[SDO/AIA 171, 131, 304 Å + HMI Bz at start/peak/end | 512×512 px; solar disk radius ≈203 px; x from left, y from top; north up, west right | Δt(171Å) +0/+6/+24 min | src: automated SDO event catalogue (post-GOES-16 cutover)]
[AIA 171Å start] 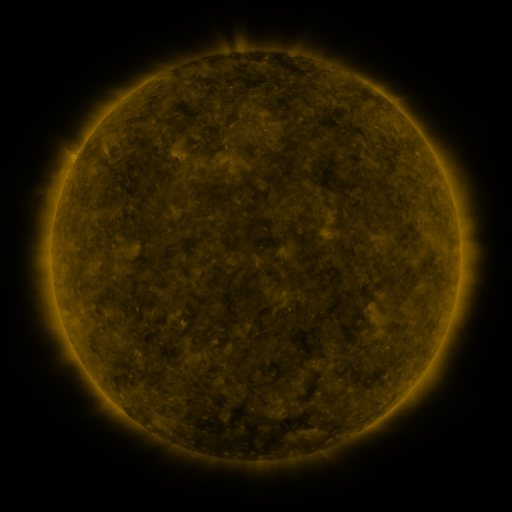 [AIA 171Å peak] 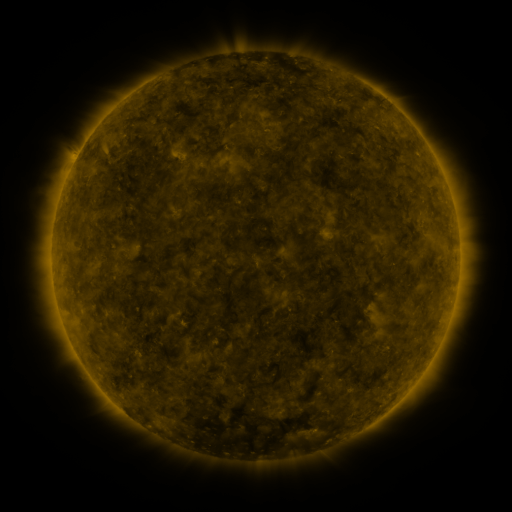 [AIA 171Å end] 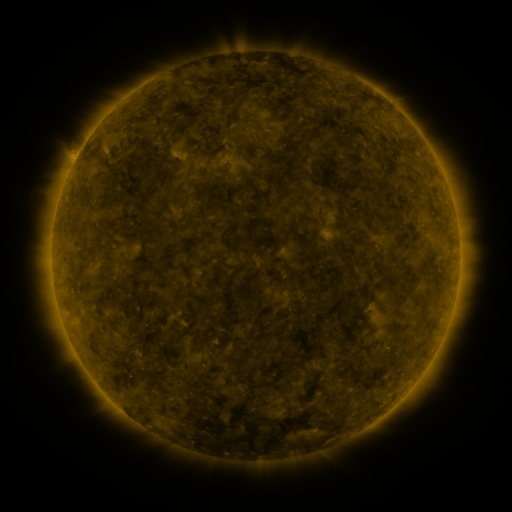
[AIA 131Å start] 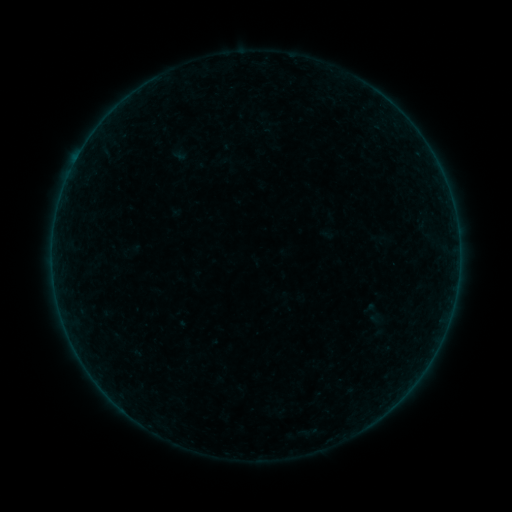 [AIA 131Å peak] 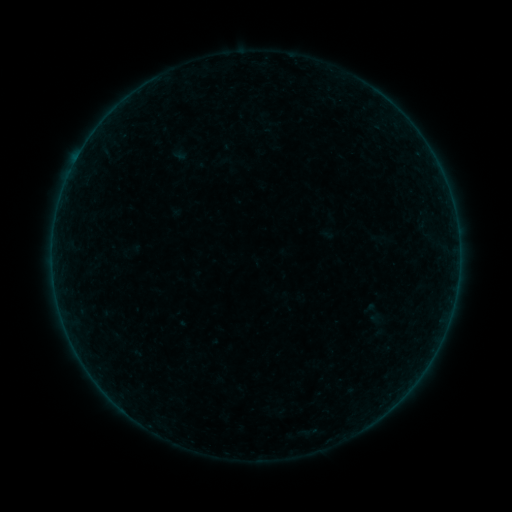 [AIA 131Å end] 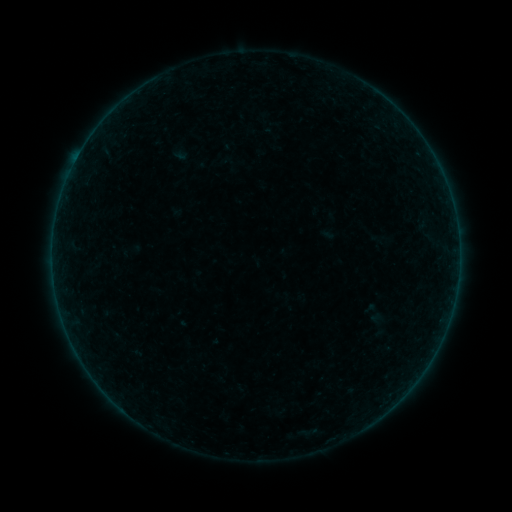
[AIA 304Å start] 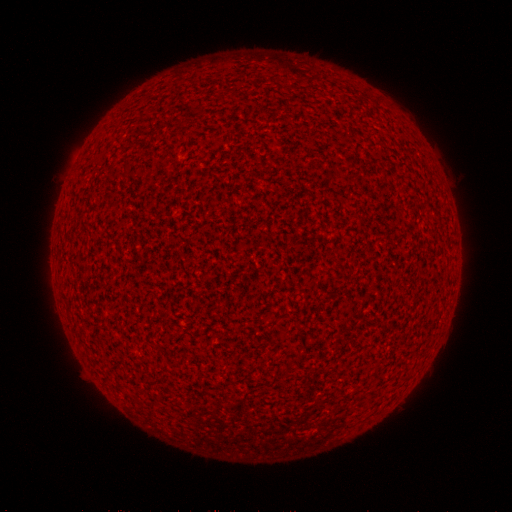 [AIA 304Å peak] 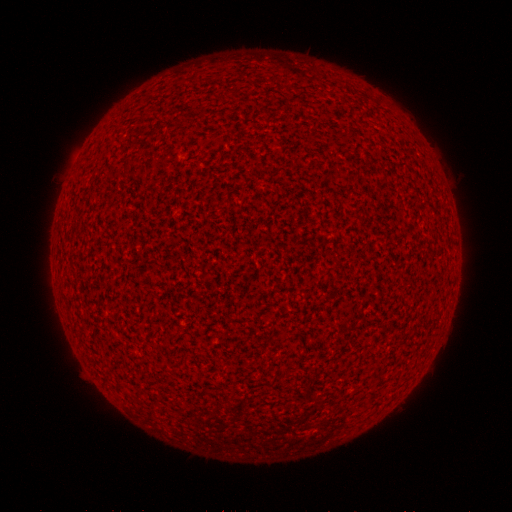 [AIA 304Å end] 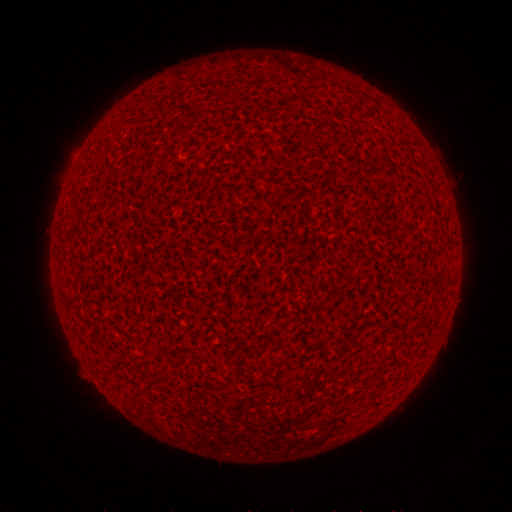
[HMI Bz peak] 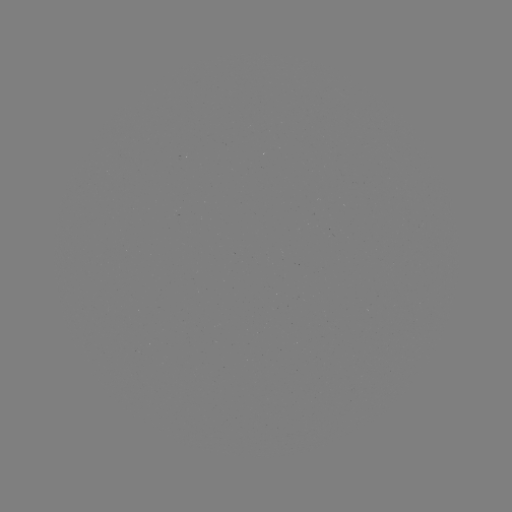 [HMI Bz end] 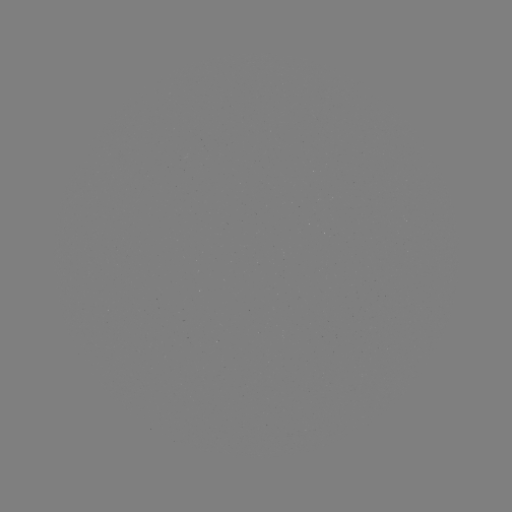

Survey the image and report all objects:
A2.2 flare: (78, 156)
